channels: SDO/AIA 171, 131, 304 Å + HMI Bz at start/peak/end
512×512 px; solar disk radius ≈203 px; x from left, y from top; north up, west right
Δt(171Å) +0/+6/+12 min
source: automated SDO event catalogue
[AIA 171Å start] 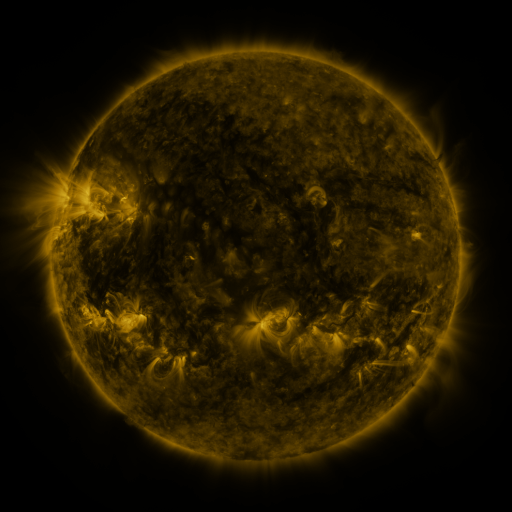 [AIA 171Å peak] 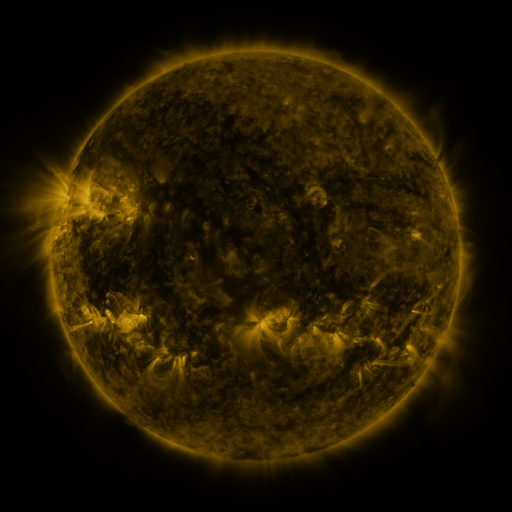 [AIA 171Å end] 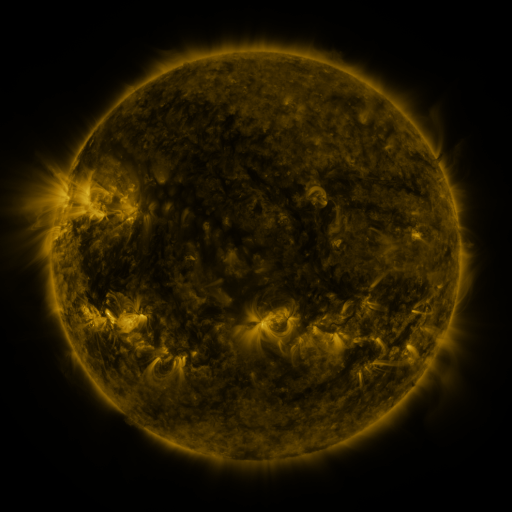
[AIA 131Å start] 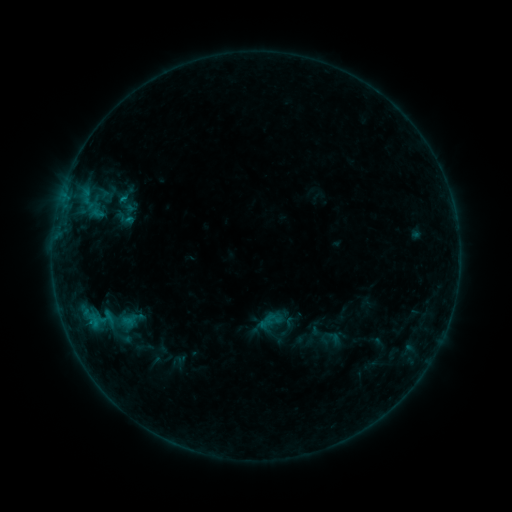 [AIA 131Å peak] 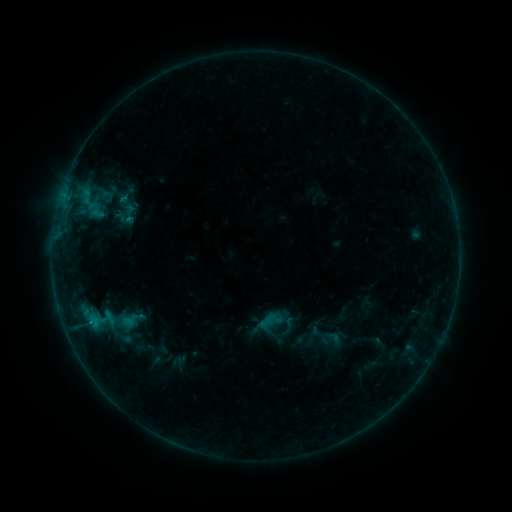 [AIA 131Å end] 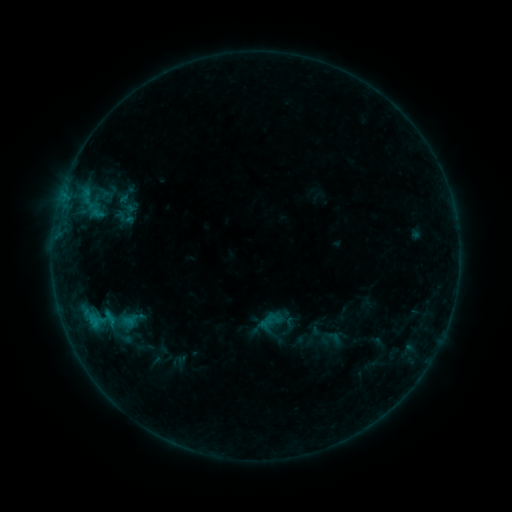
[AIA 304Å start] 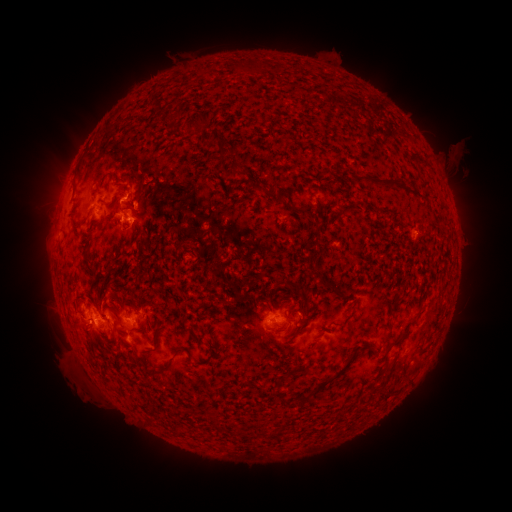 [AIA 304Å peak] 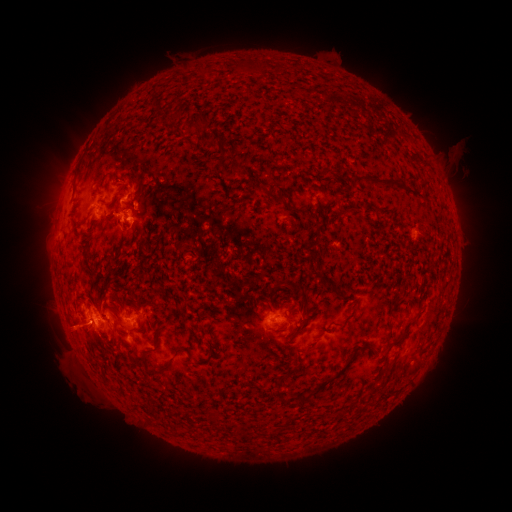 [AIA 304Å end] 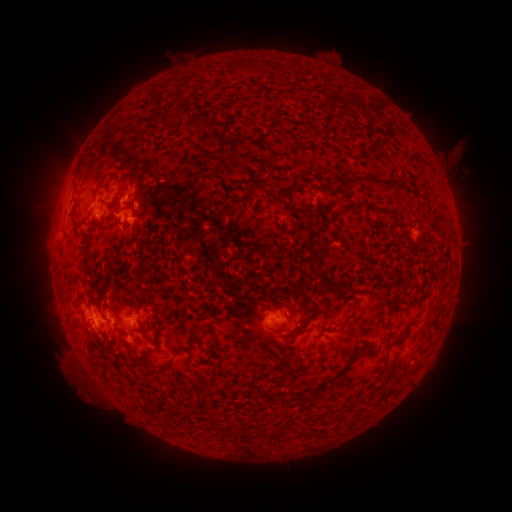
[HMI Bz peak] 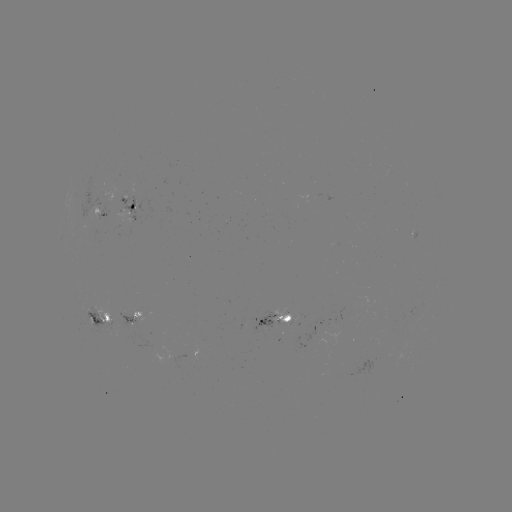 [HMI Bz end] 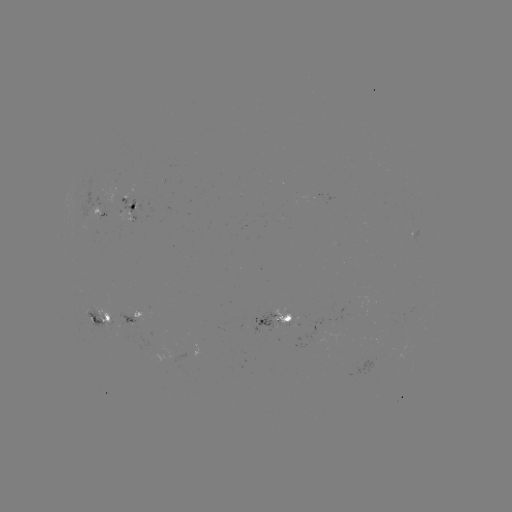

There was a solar eruption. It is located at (66, 267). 